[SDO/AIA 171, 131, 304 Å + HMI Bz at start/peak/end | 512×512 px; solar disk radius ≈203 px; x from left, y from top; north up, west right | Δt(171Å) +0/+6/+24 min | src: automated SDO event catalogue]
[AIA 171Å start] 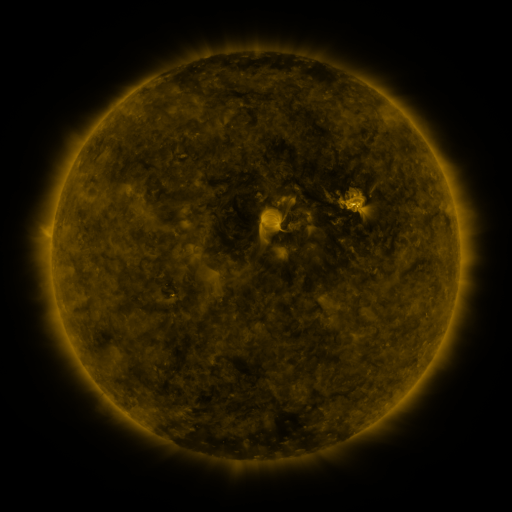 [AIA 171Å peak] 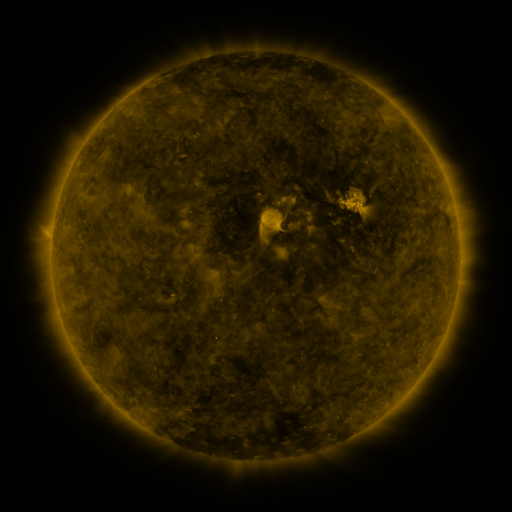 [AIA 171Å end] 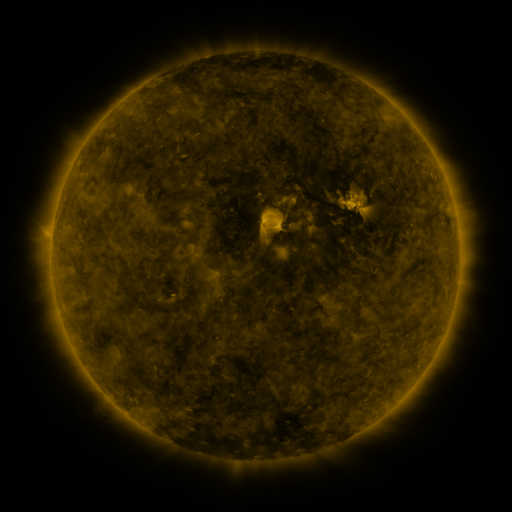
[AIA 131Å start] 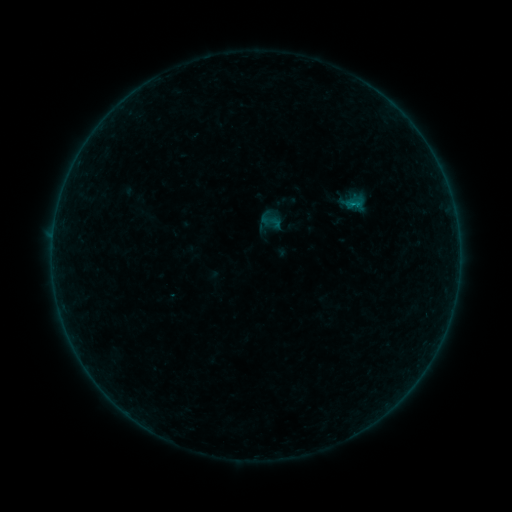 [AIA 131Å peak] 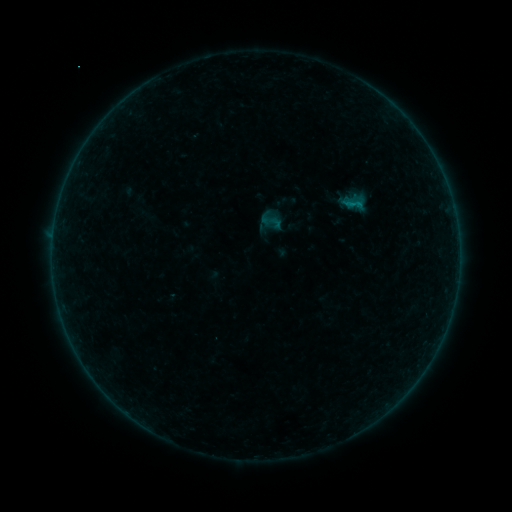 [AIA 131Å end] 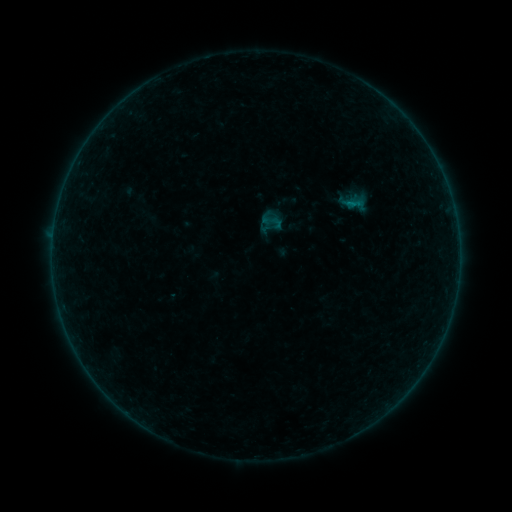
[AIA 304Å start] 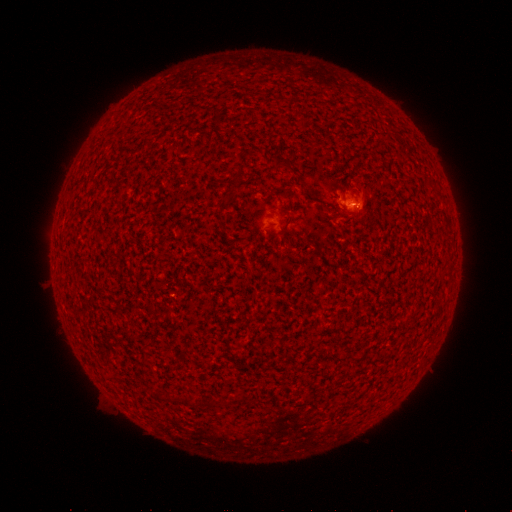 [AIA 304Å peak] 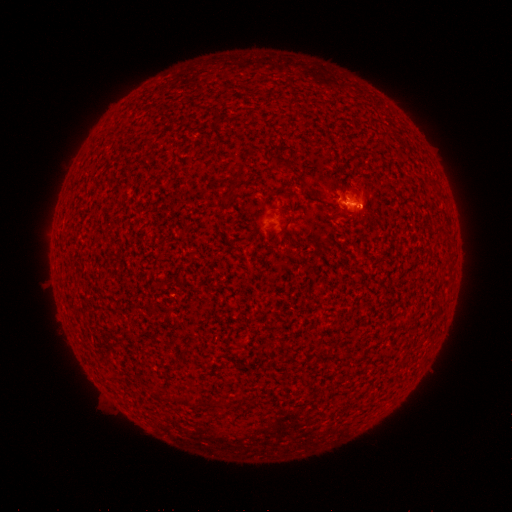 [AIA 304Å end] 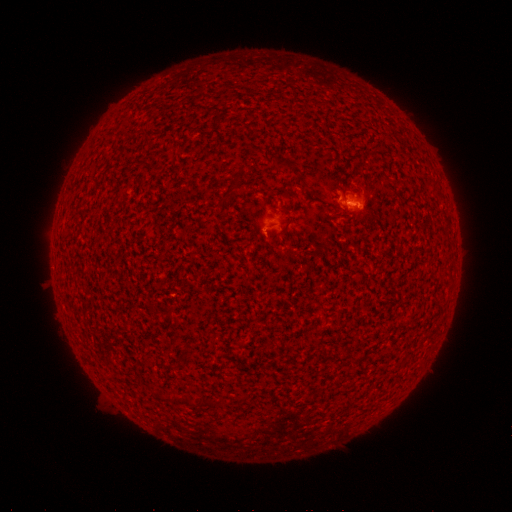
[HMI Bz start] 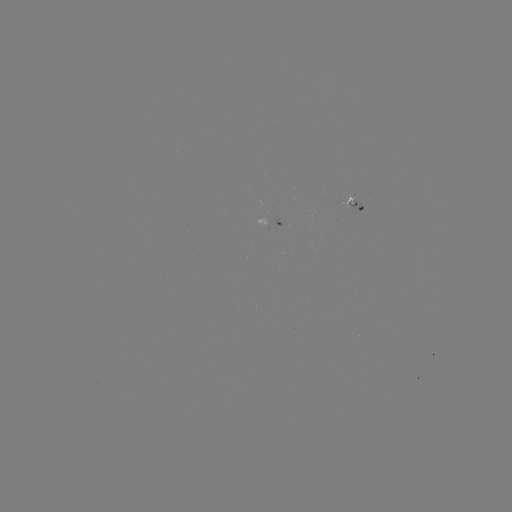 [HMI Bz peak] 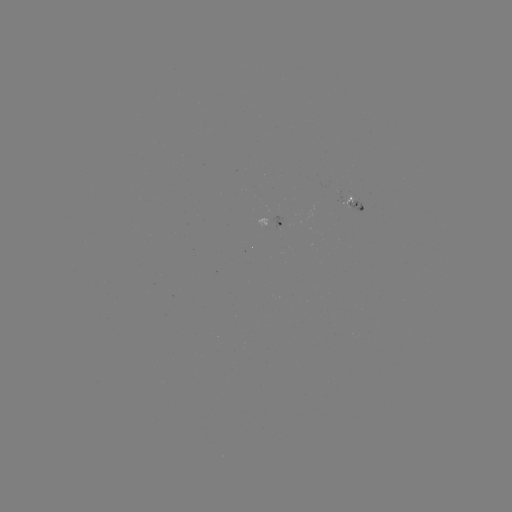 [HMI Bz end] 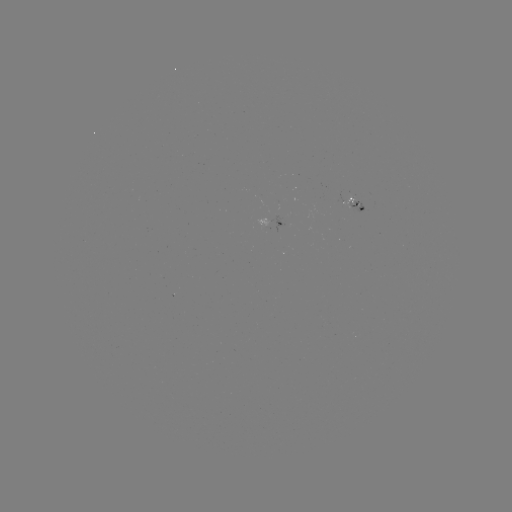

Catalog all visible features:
B2.1 flare: (350, 205)
